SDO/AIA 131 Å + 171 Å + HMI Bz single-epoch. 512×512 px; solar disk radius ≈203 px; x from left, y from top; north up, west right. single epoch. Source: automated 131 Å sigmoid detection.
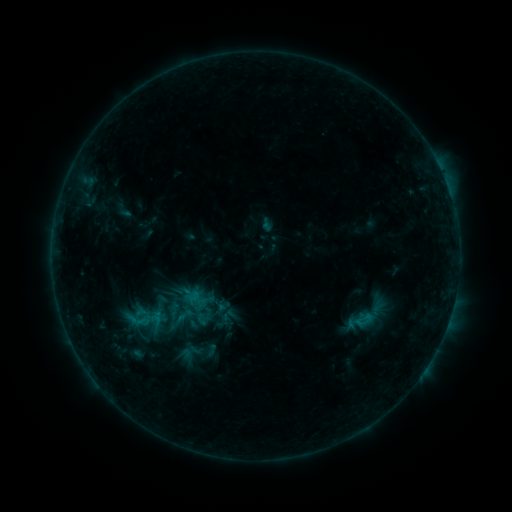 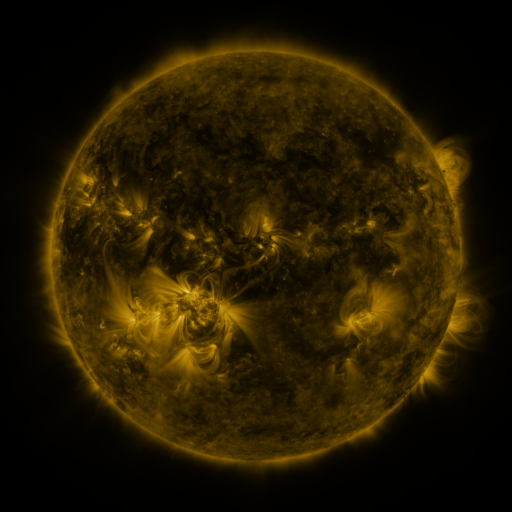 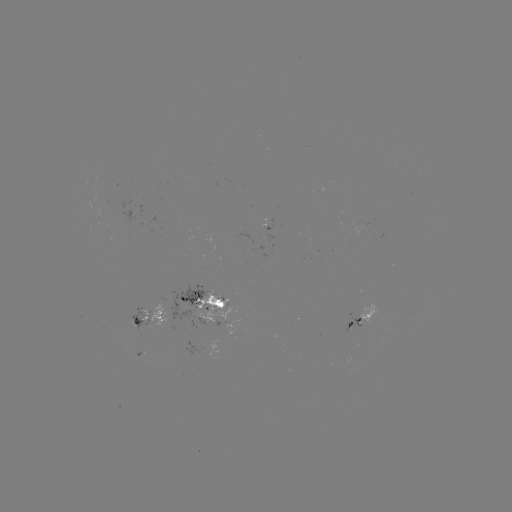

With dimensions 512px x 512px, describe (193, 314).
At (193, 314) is sigmoid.